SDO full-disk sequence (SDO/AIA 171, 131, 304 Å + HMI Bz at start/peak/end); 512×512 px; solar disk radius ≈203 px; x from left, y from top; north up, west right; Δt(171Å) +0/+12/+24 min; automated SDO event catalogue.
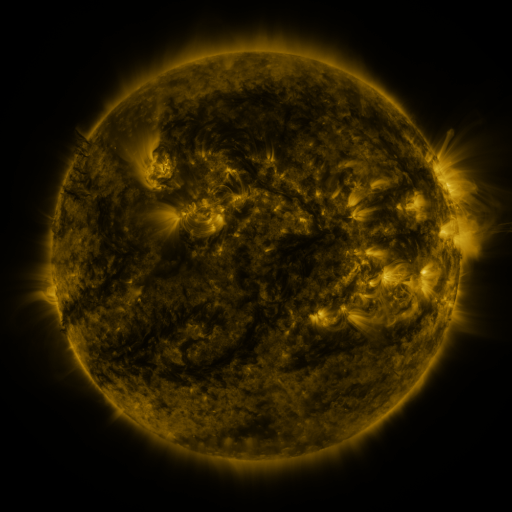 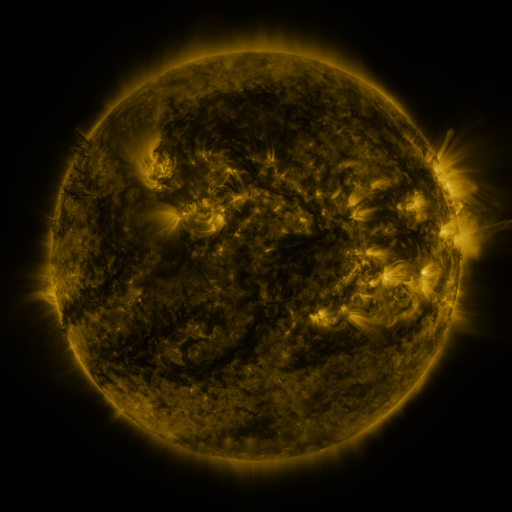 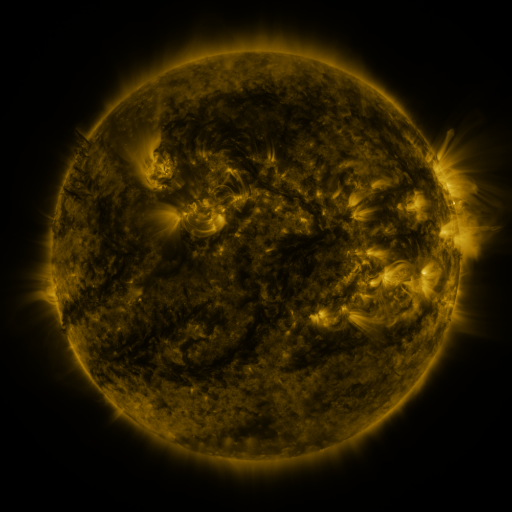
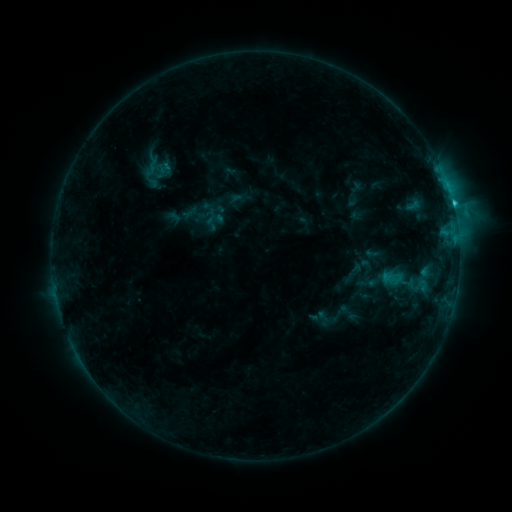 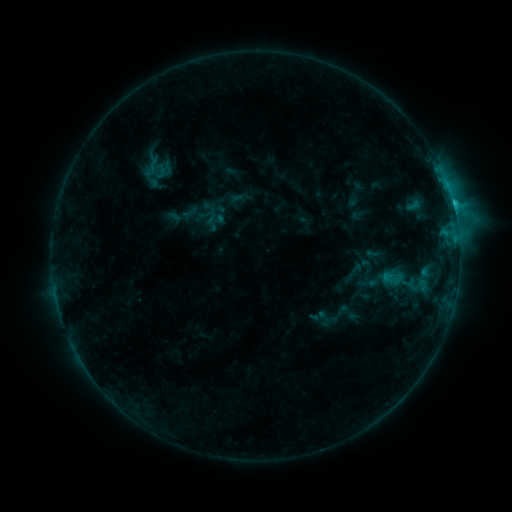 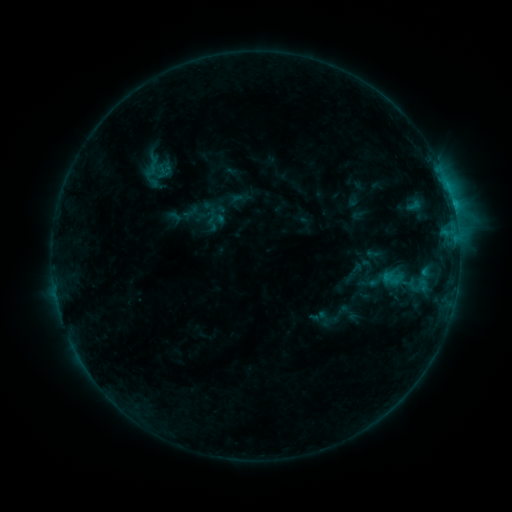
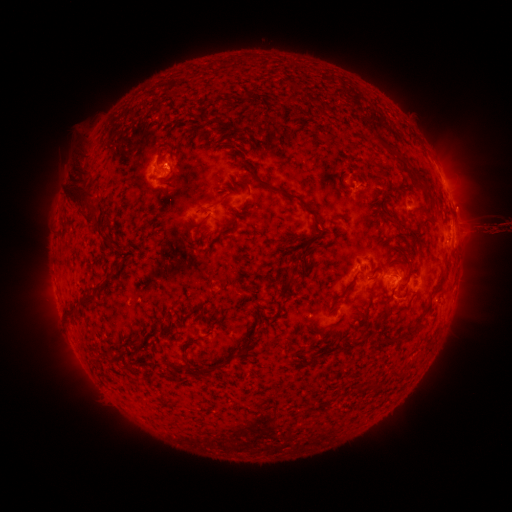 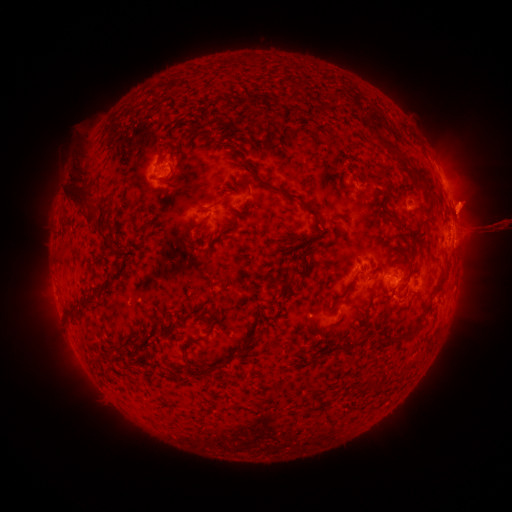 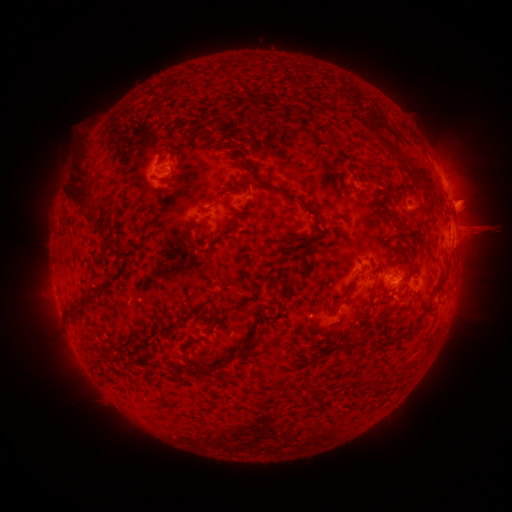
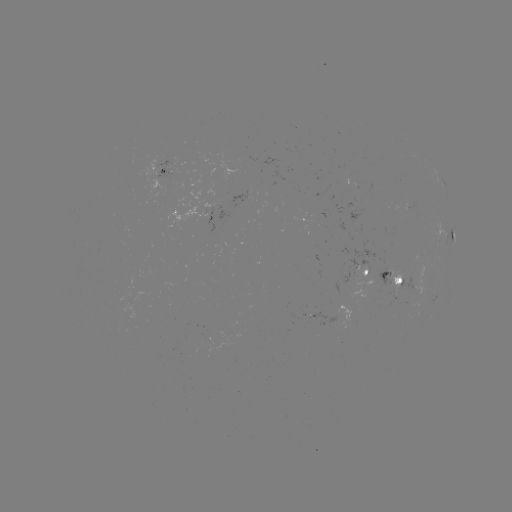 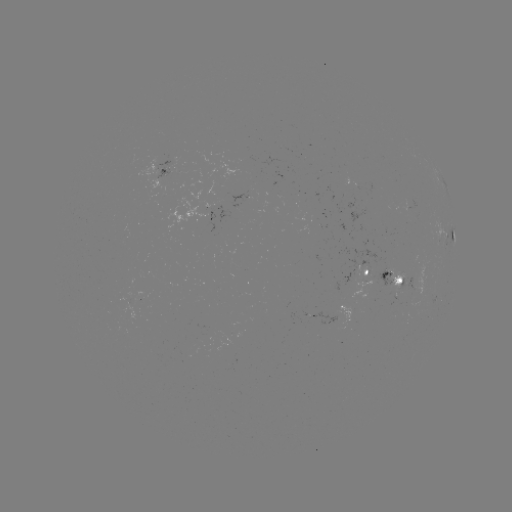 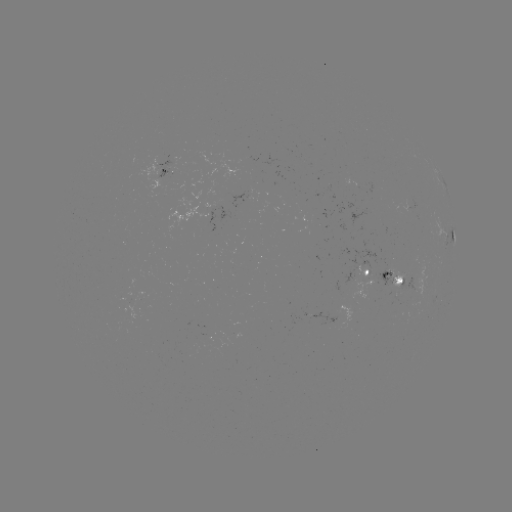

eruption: (440, 178, 511, 248)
